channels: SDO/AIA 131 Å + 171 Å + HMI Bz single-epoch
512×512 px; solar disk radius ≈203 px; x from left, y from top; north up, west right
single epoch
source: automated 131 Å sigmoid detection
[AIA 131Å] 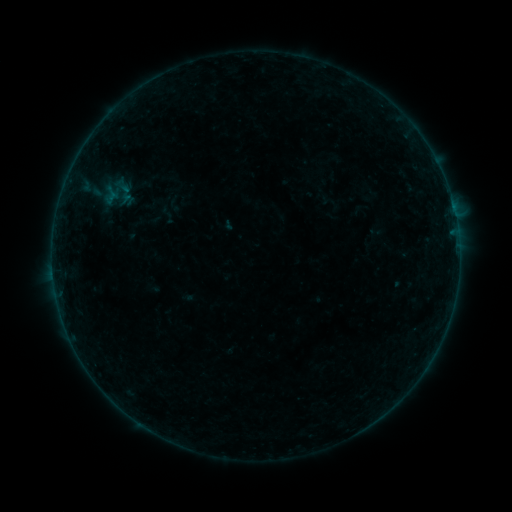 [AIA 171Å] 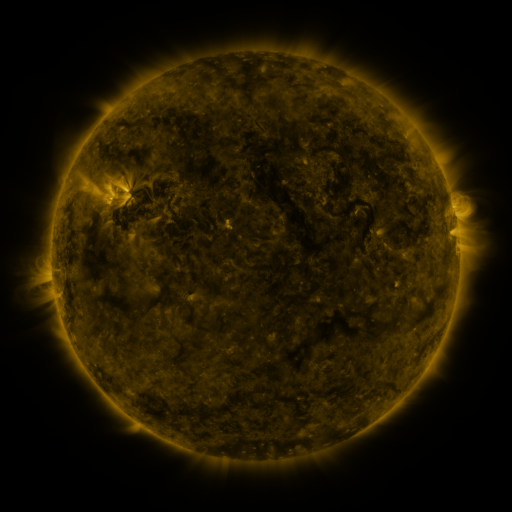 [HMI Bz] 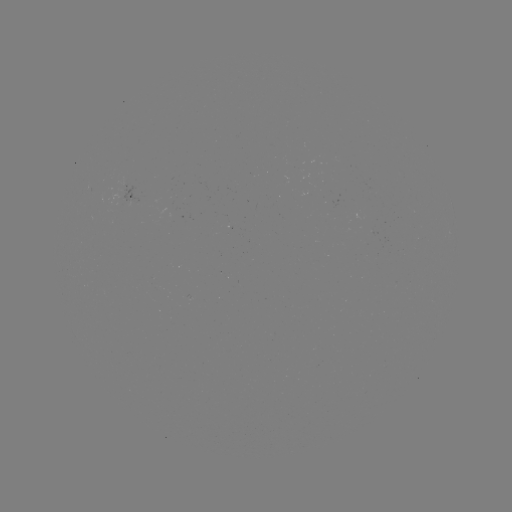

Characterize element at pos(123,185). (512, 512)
sigmoid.